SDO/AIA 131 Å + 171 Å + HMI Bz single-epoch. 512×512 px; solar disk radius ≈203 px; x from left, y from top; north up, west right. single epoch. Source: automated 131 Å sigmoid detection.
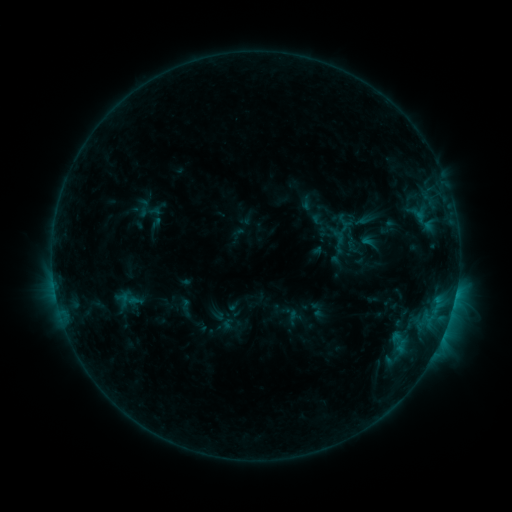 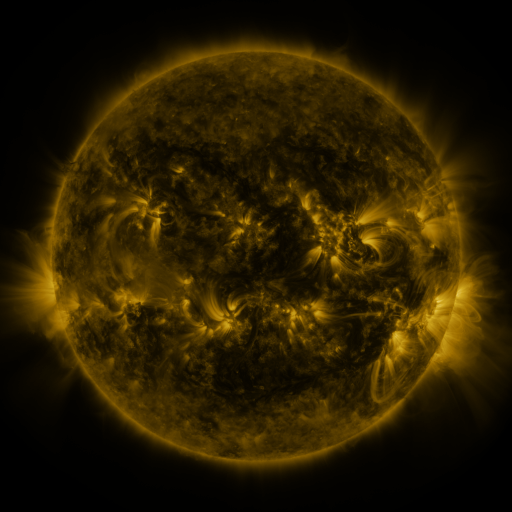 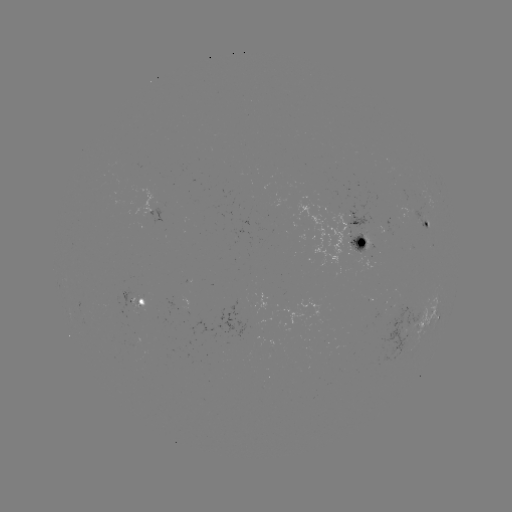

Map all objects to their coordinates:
sigmoid: (138, 200, 161, 224)
